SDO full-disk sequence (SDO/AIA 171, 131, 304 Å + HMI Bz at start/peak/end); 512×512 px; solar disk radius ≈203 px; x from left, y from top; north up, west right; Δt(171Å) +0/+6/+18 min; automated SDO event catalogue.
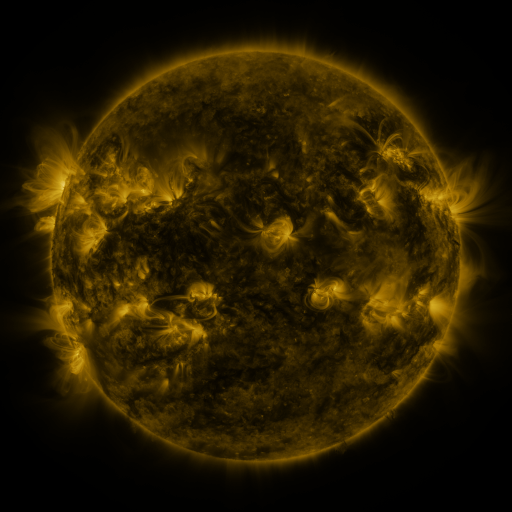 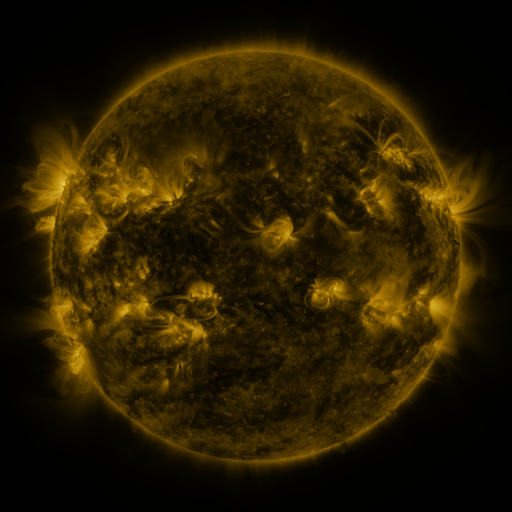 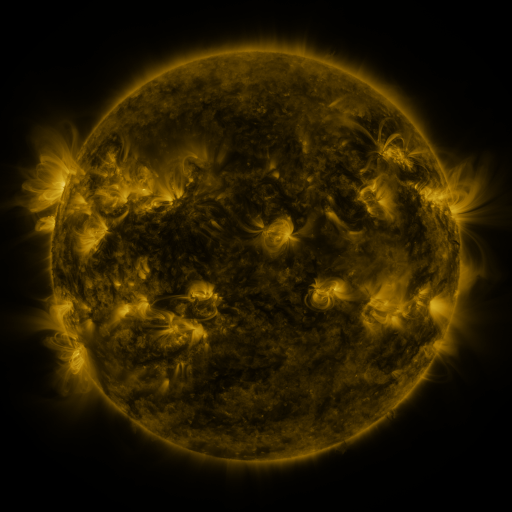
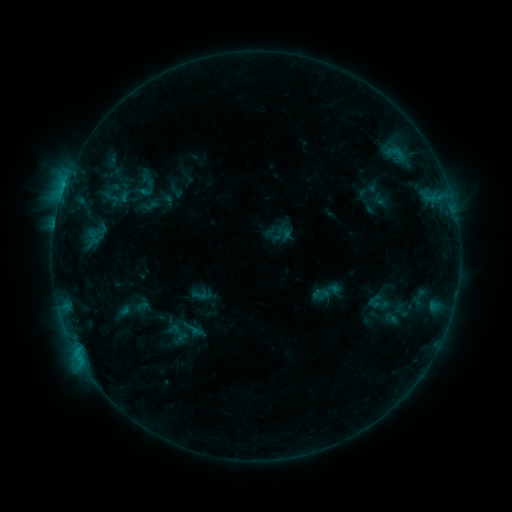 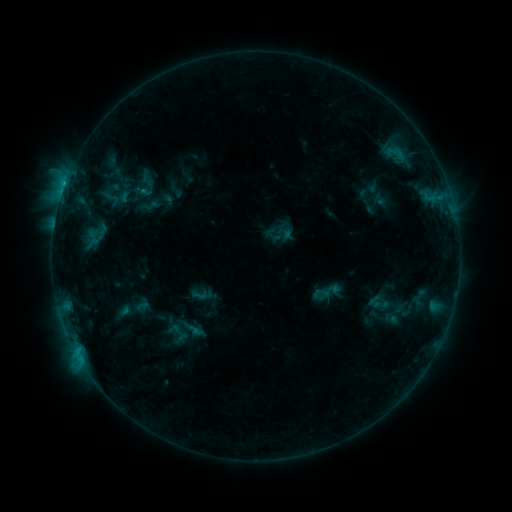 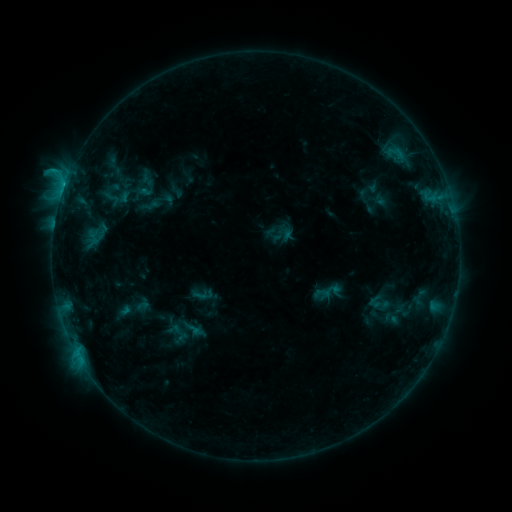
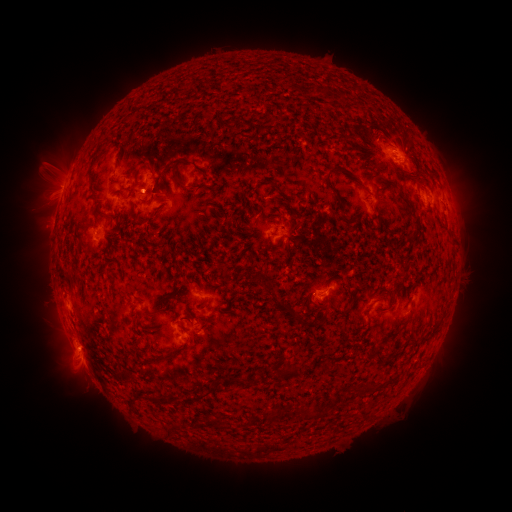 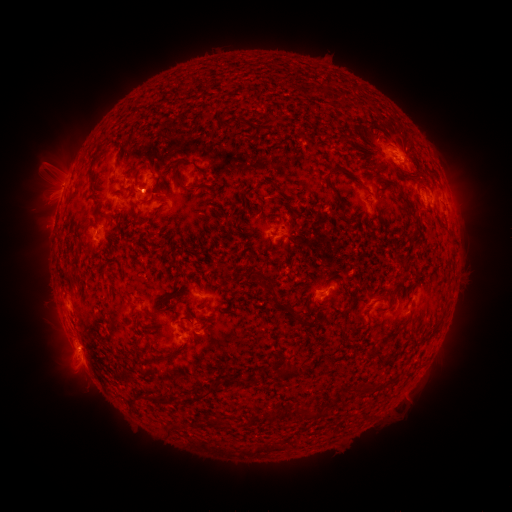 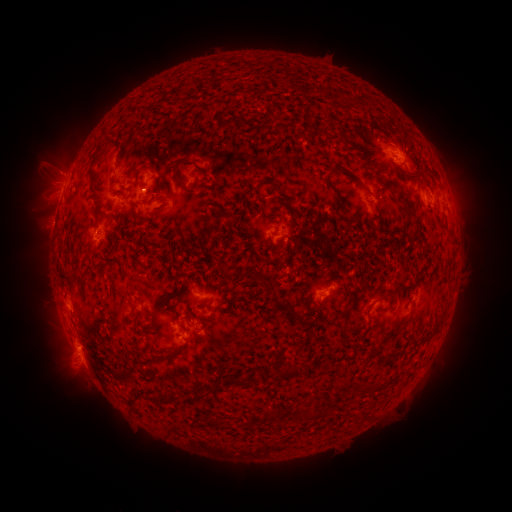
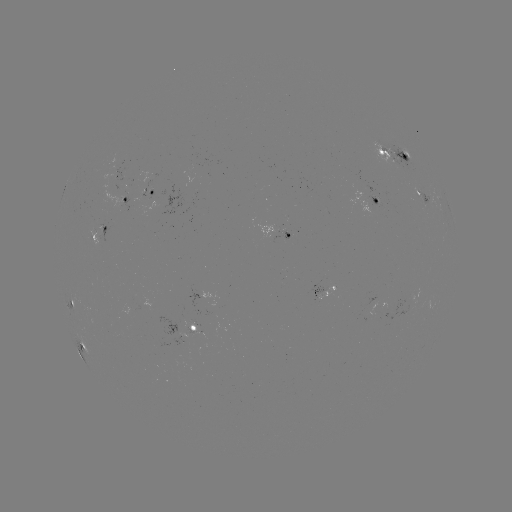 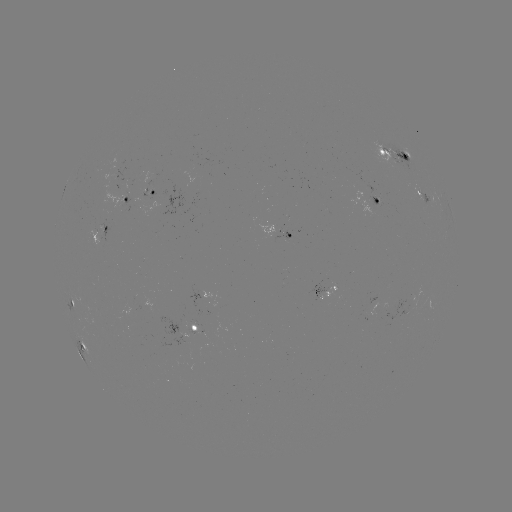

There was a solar flare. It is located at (65, 186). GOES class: C1.5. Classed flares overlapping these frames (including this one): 1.